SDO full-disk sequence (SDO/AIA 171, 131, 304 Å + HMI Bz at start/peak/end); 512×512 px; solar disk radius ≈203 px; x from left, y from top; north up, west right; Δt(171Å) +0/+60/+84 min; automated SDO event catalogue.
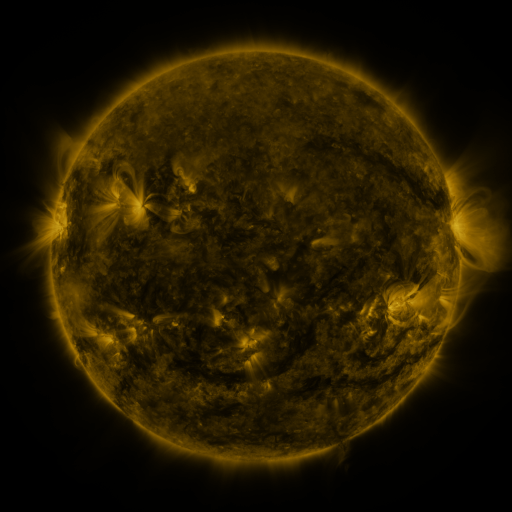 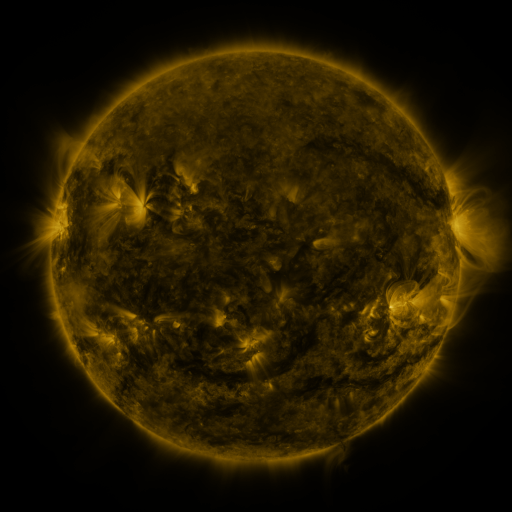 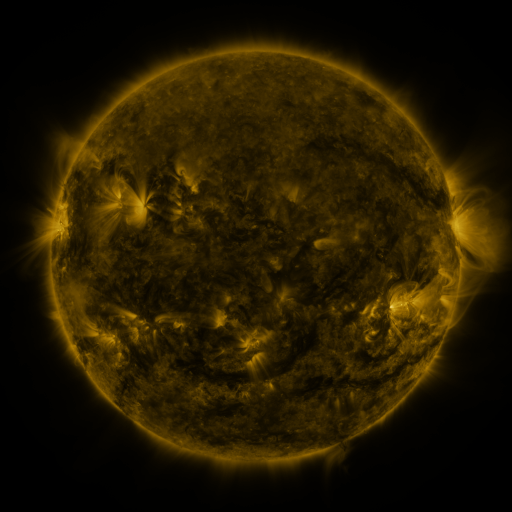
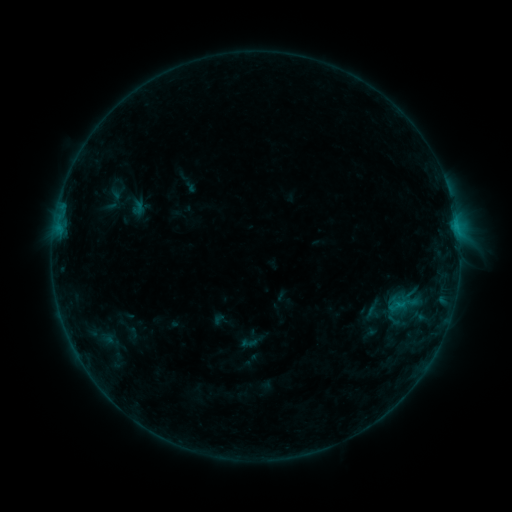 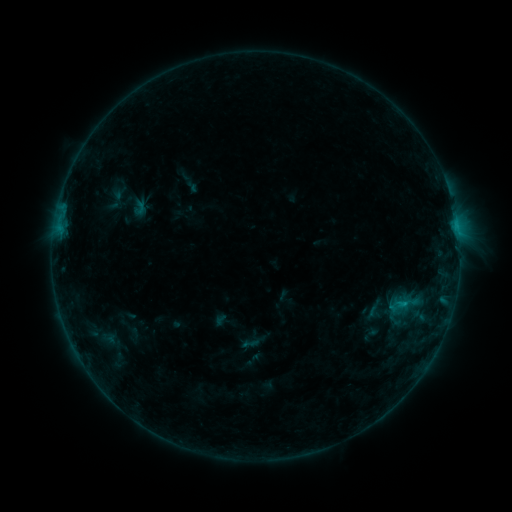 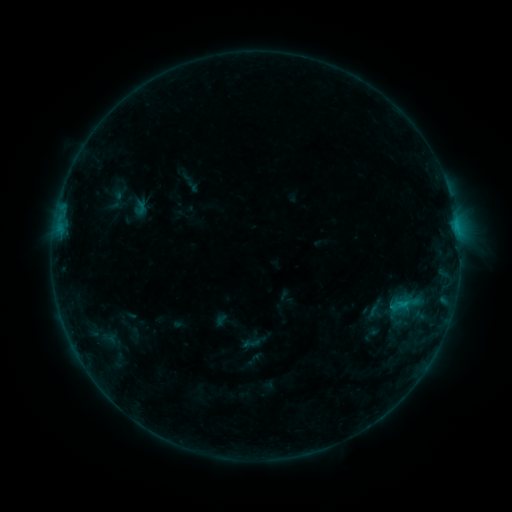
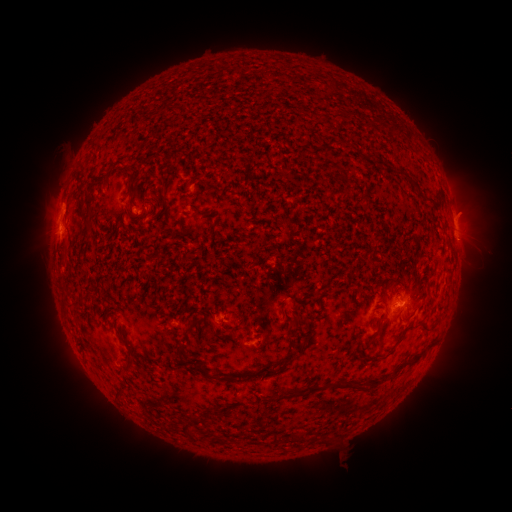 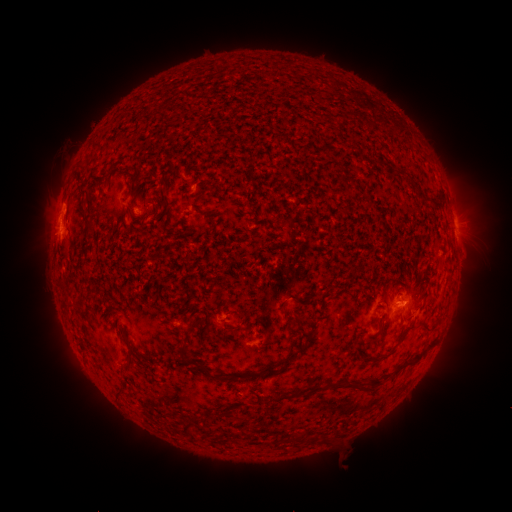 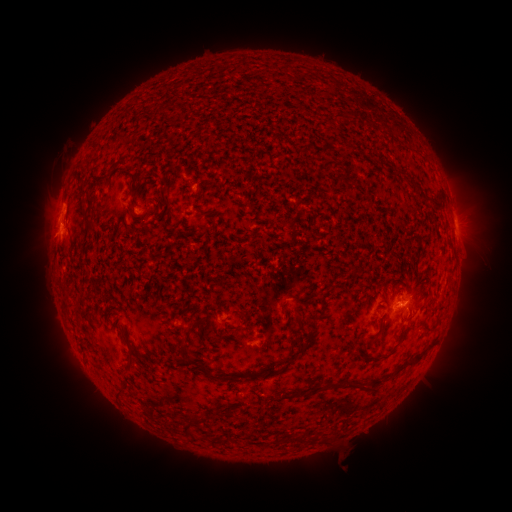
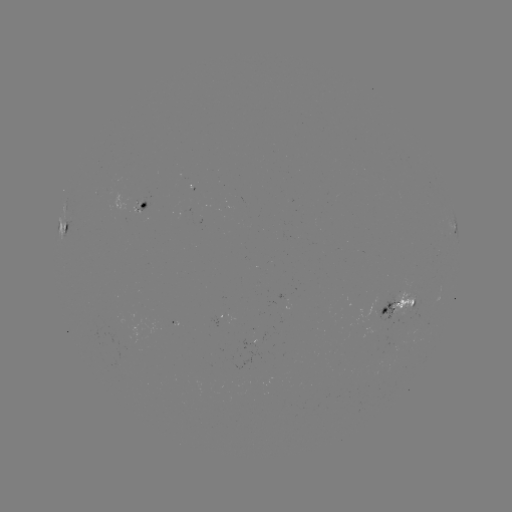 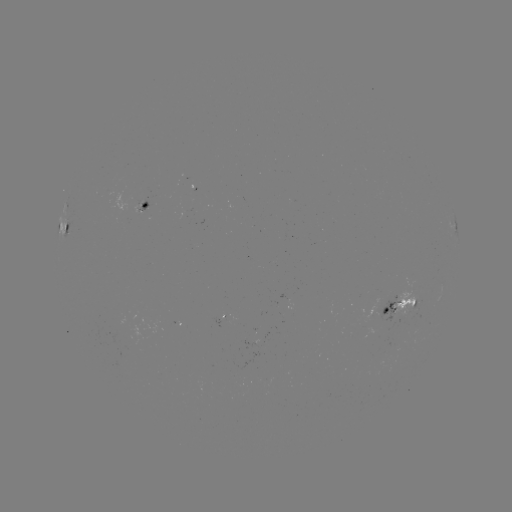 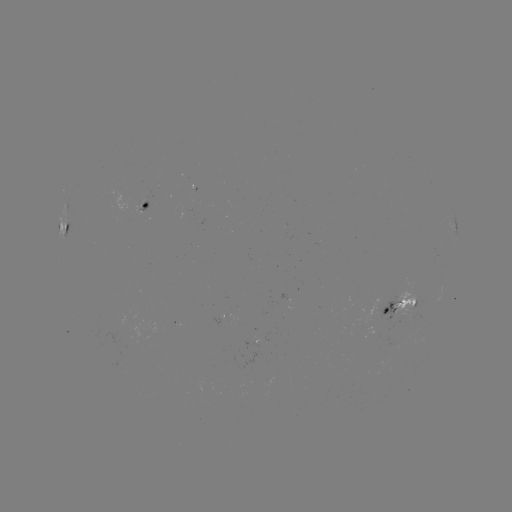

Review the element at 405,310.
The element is emerging-flux region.